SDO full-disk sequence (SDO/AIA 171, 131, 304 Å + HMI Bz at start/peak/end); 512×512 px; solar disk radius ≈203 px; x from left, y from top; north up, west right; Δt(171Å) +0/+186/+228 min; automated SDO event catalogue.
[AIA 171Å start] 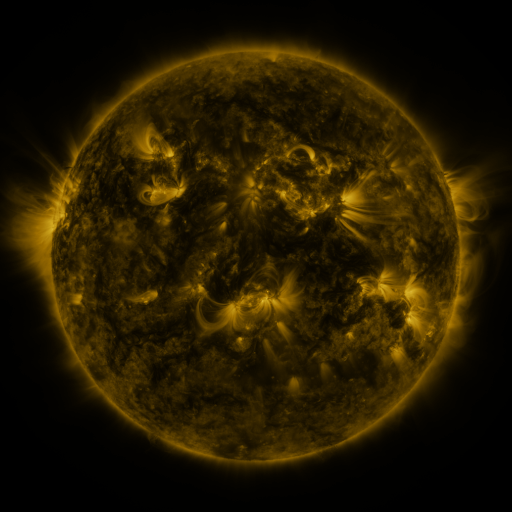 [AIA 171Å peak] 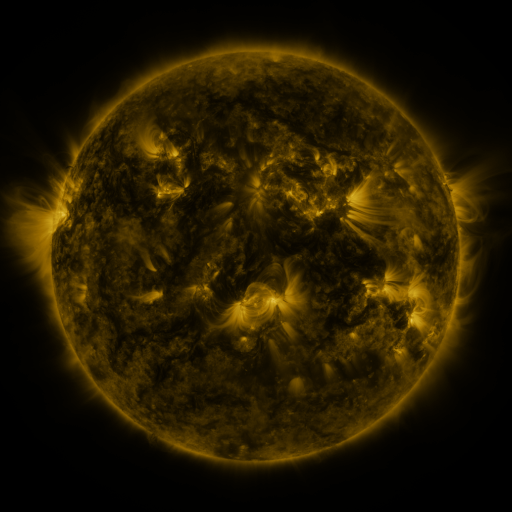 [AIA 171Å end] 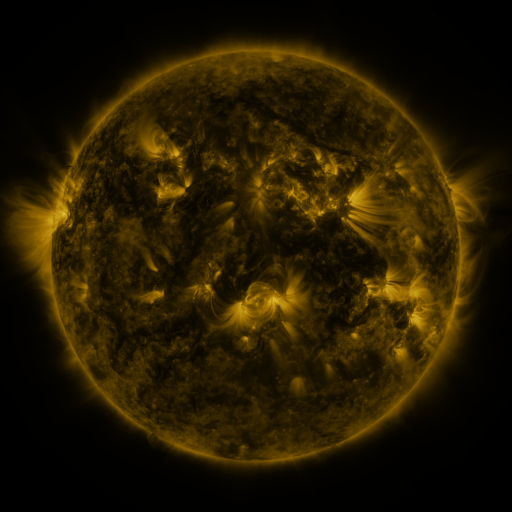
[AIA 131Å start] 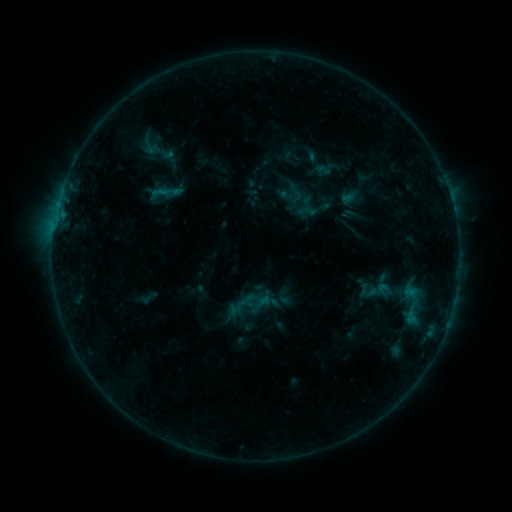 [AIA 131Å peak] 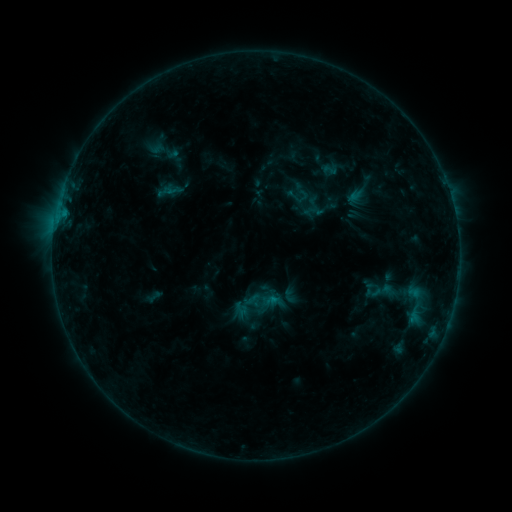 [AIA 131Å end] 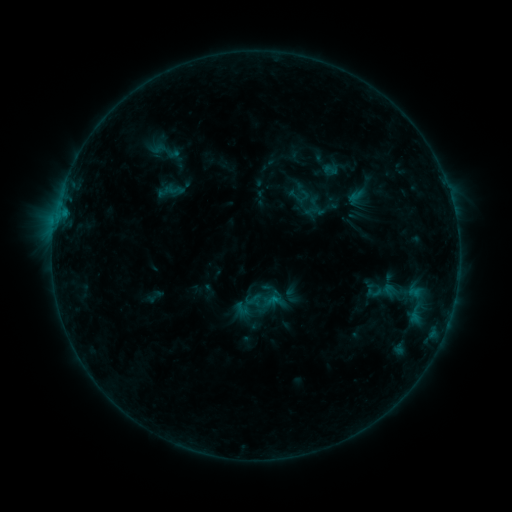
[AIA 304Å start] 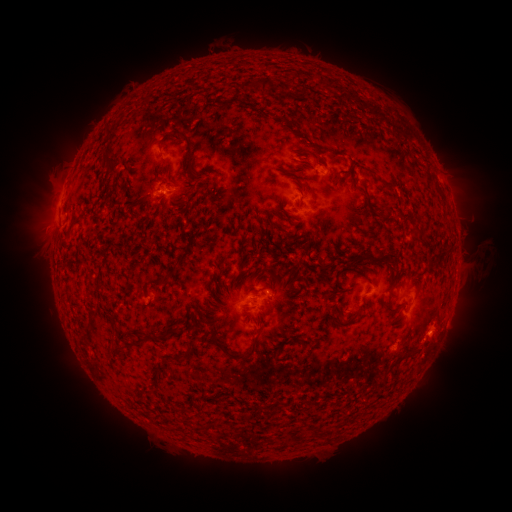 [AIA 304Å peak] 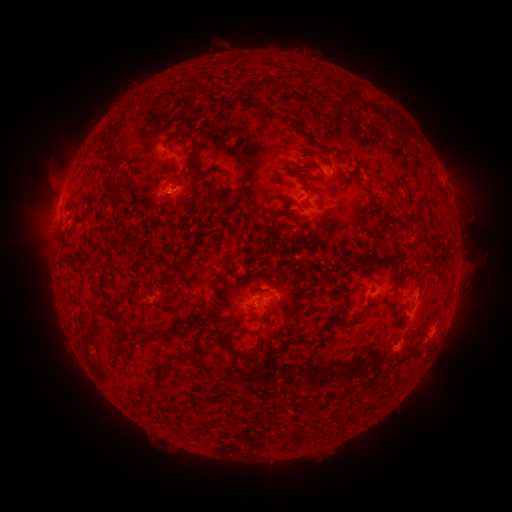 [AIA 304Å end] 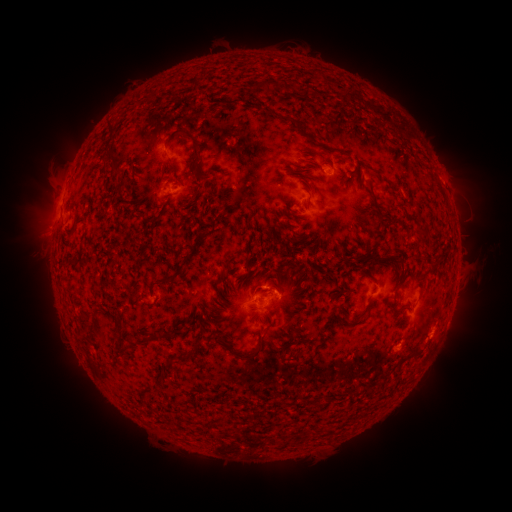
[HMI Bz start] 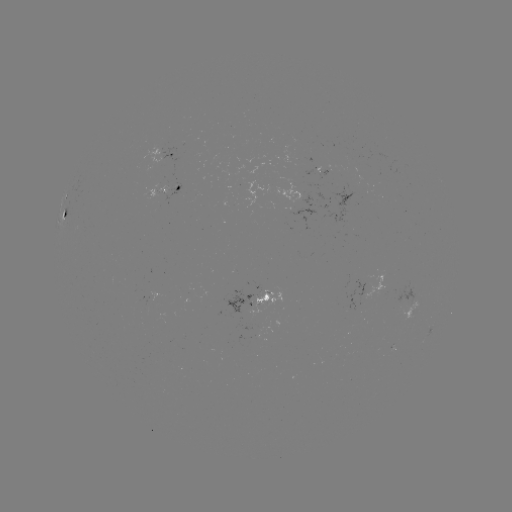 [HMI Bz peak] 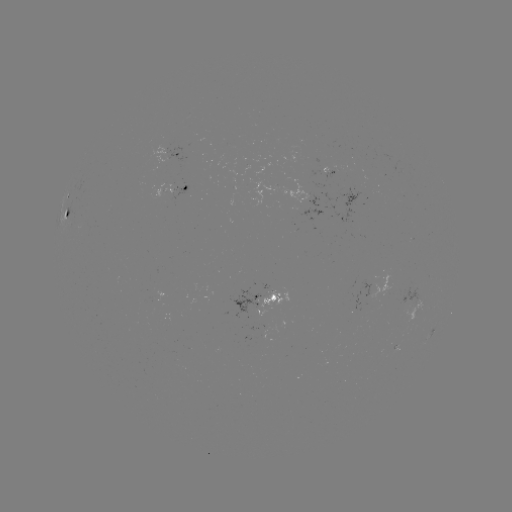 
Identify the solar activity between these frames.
emerging-flux region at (333, 168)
